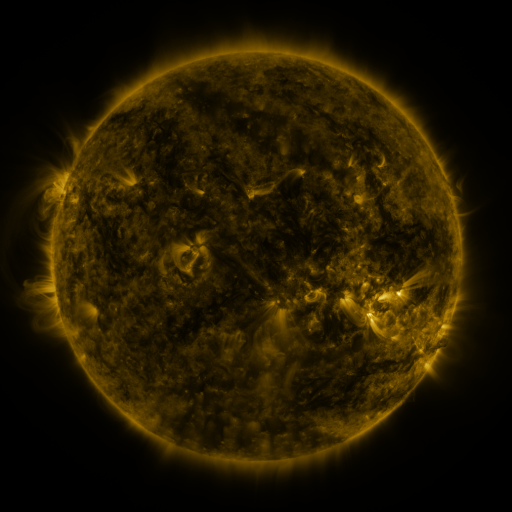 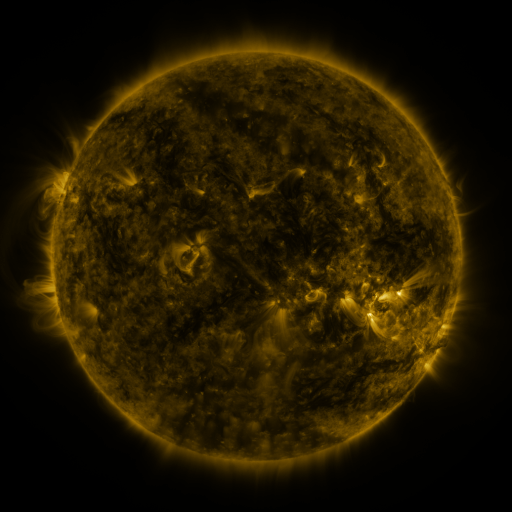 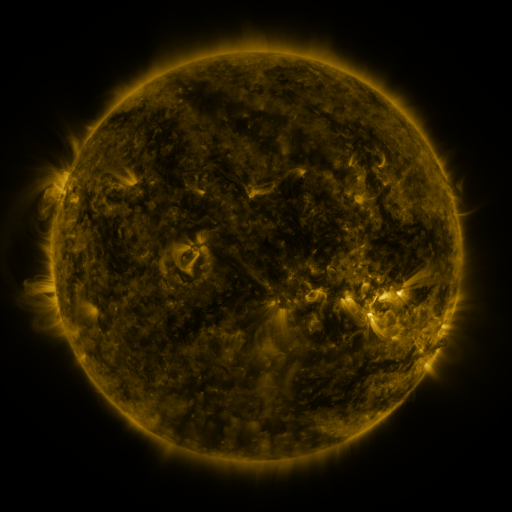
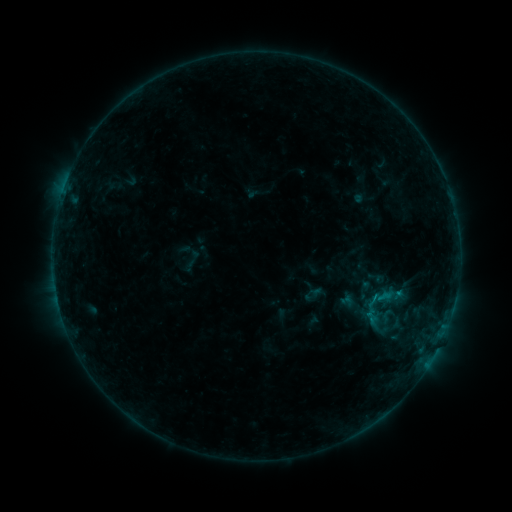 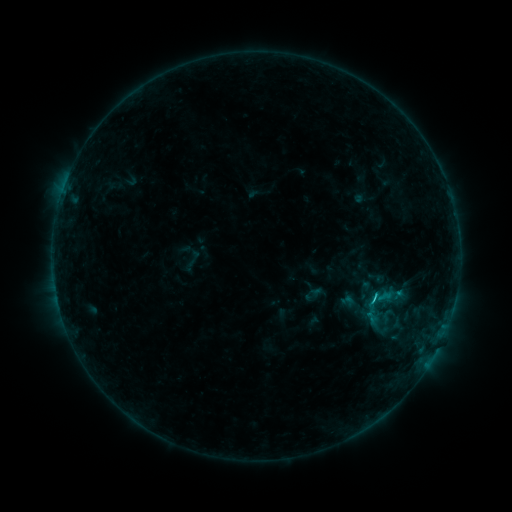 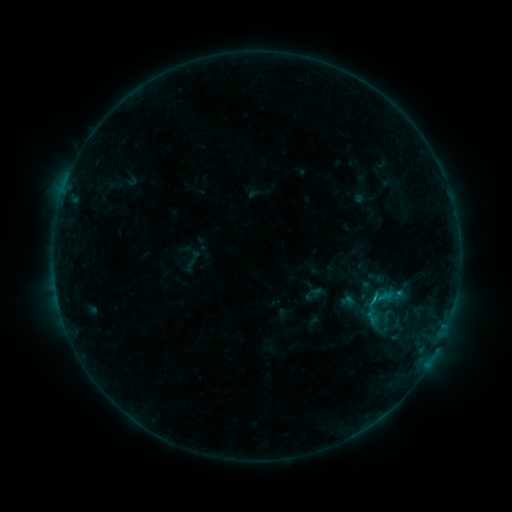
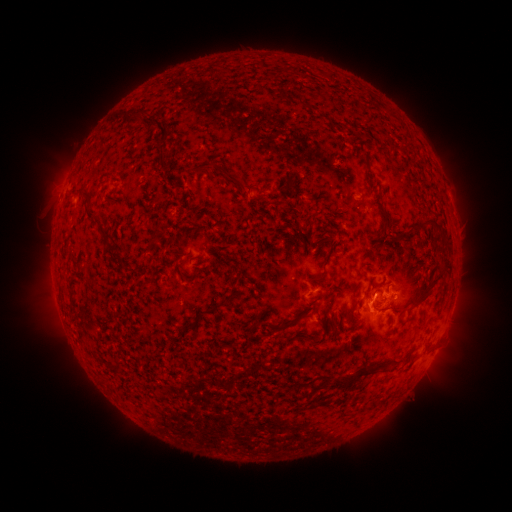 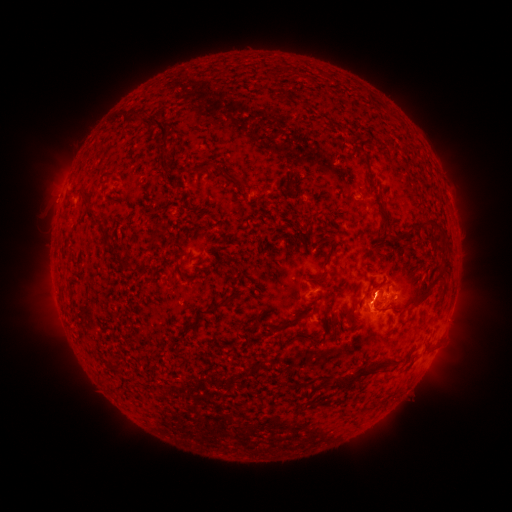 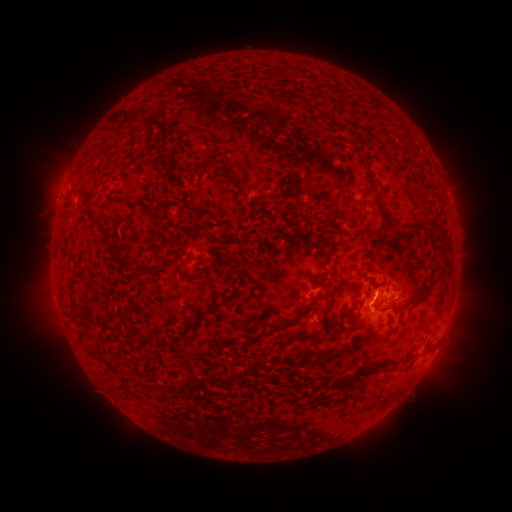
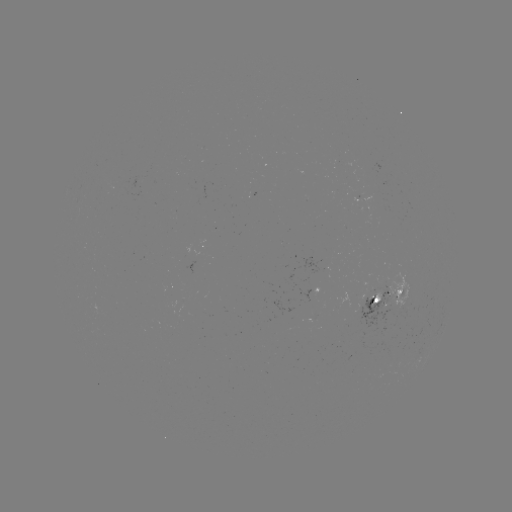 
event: flare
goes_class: B8.7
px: (372, 299)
